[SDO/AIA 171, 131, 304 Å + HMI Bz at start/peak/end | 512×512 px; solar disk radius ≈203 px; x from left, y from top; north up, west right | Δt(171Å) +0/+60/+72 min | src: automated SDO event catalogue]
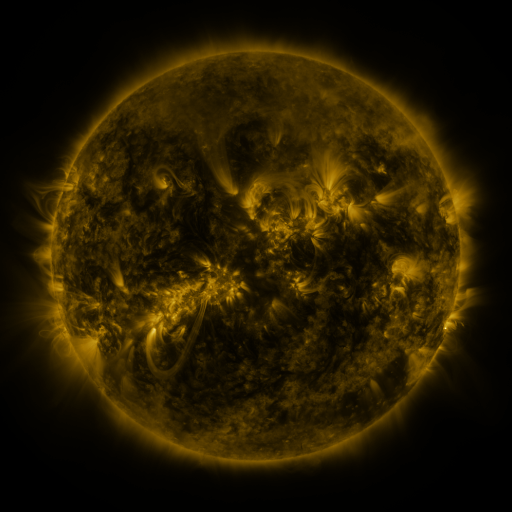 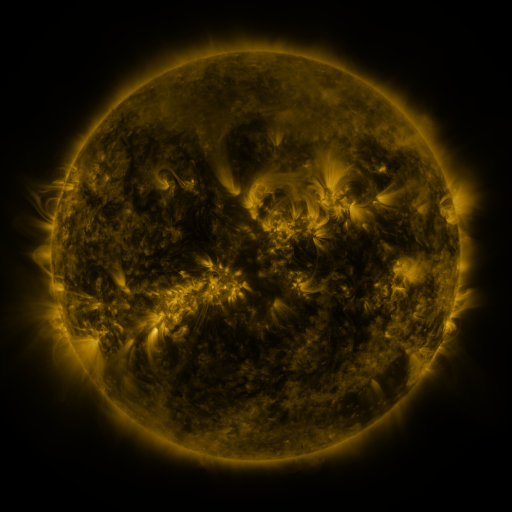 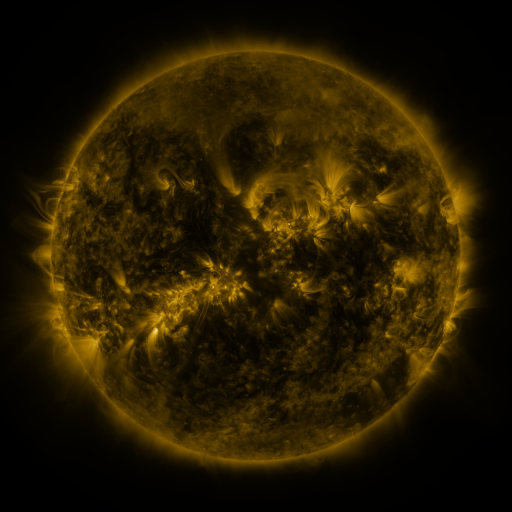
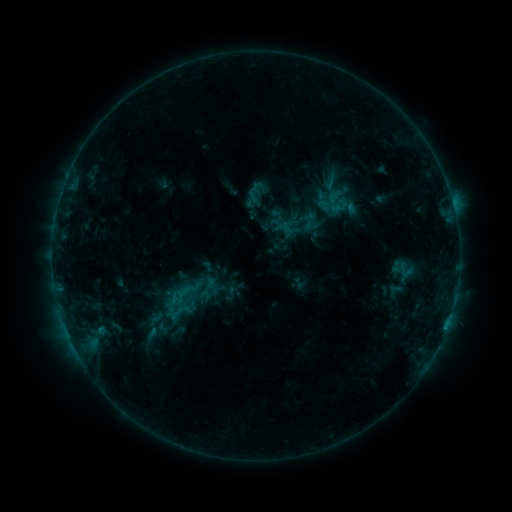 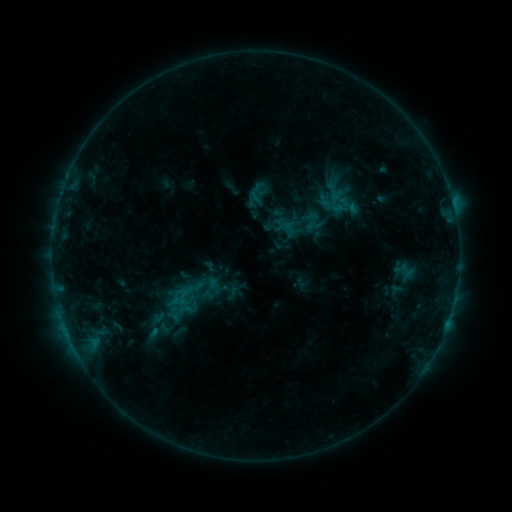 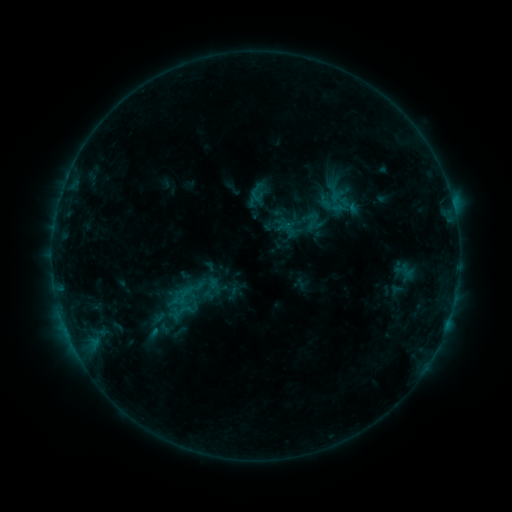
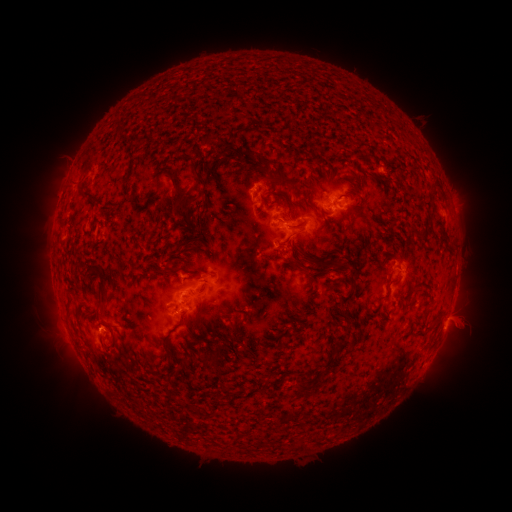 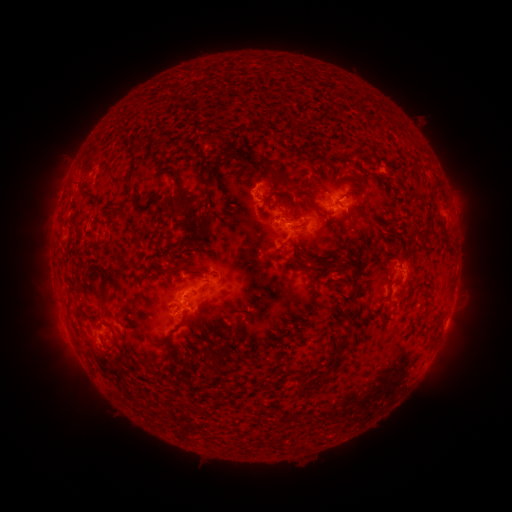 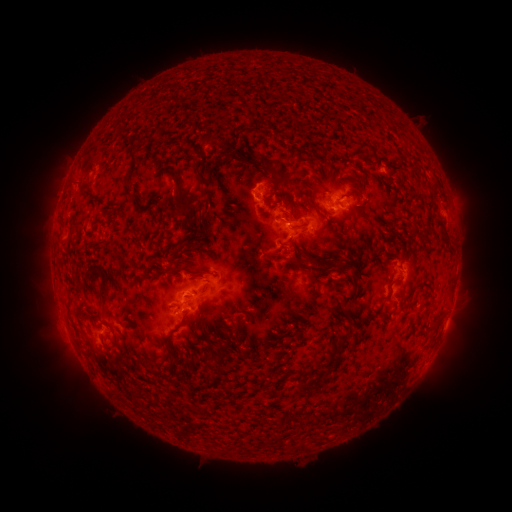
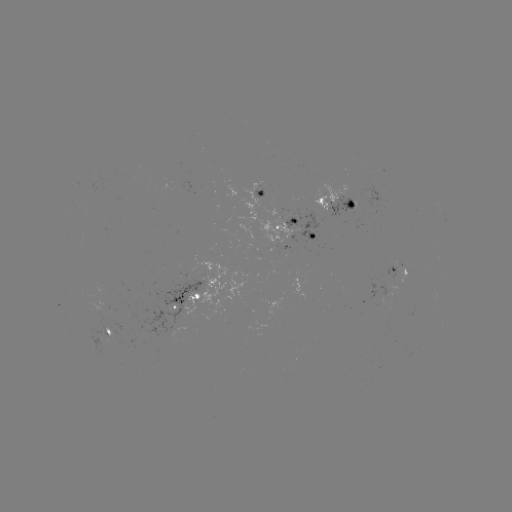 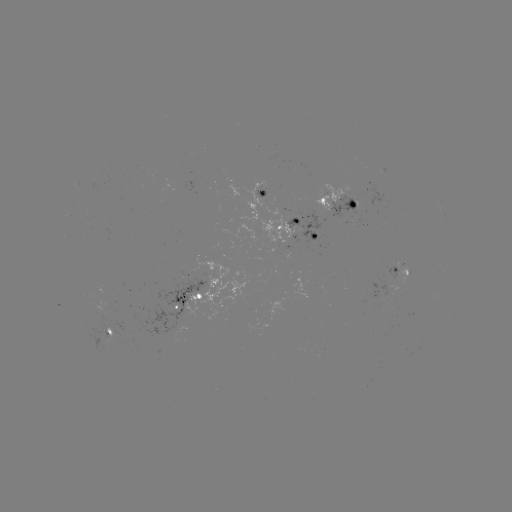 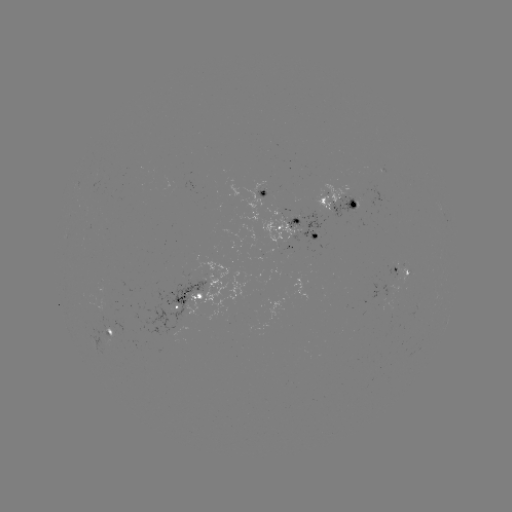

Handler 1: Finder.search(emerging-flux region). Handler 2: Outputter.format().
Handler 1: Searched emerging-flux region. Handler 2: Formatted (396, 269).